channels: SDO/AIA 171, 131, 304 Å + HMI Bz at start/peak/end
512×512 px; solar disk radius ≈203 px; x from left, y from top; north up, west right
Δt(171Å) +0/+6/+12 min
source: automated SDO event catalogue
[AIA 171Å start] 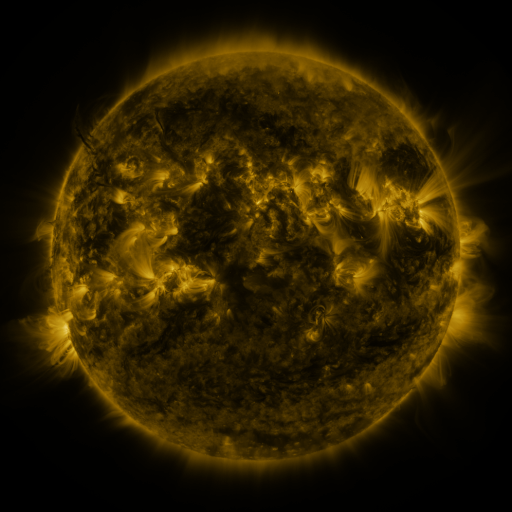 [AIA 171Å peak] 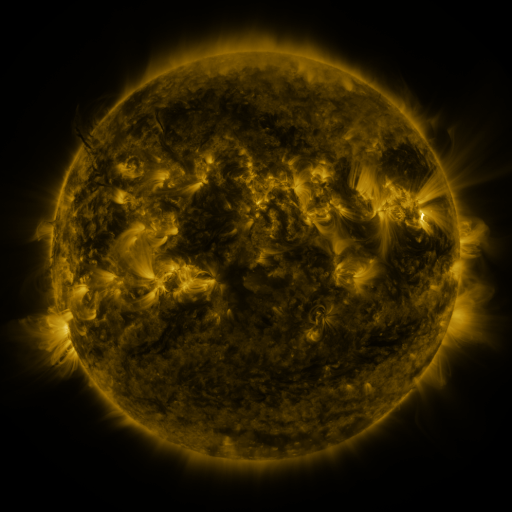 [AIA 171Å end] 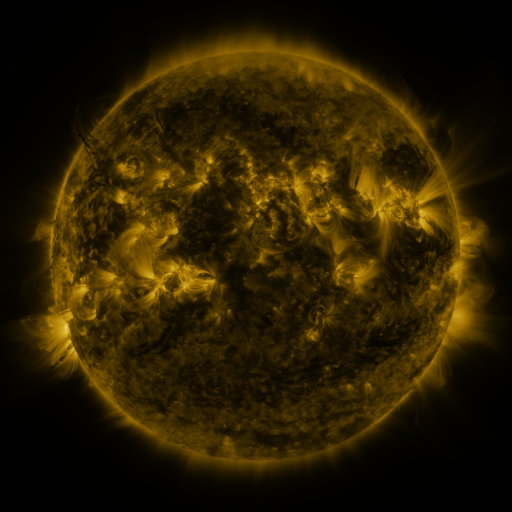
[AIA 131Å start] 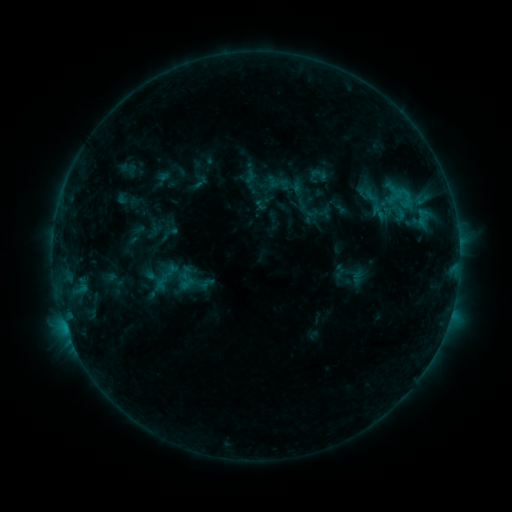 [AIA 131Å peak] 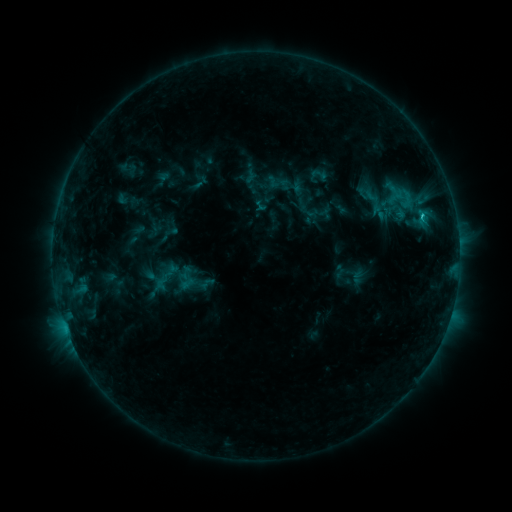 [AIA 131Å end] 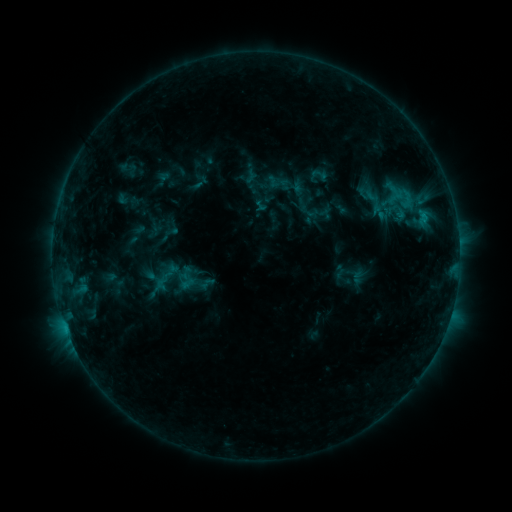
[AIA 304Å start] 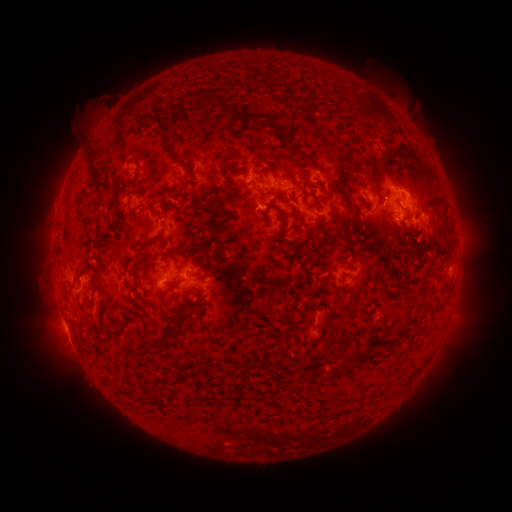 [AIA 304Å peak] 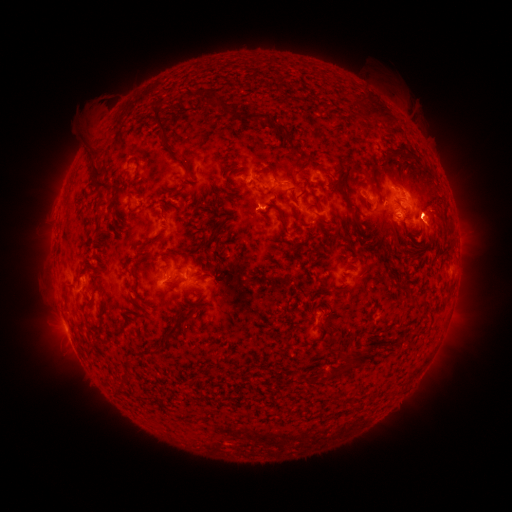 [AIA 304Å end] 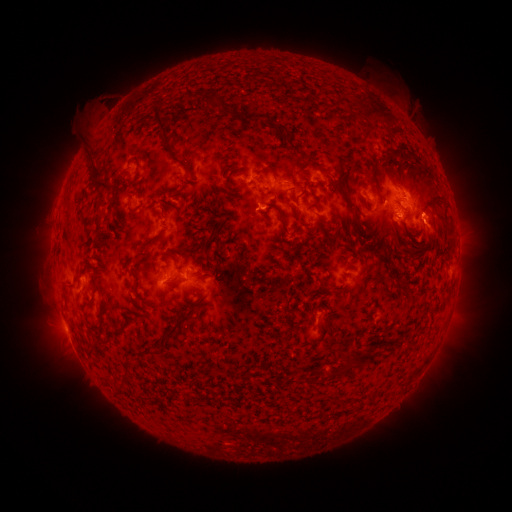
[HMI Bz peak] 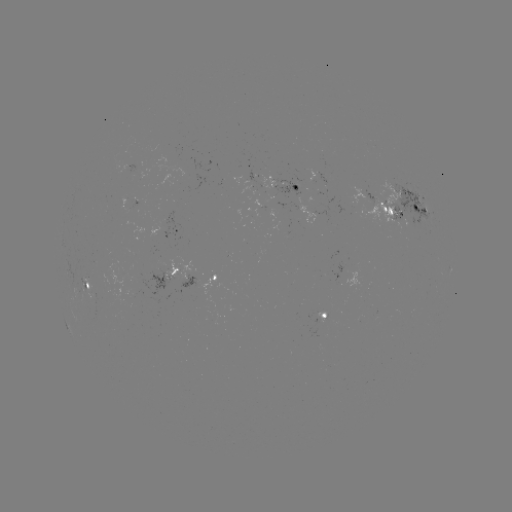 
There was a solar flare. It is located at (420, 218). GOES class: C1.1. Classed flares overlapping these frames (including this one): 1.